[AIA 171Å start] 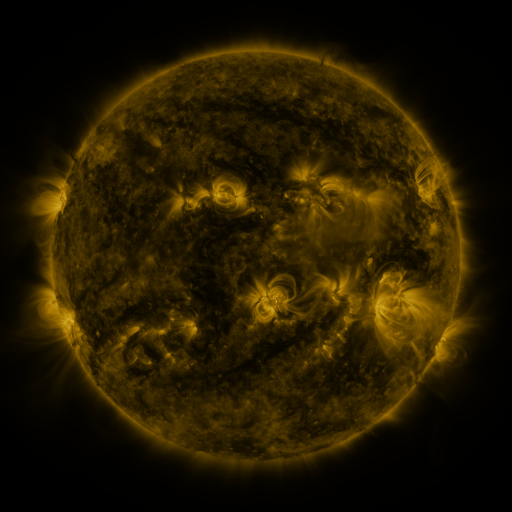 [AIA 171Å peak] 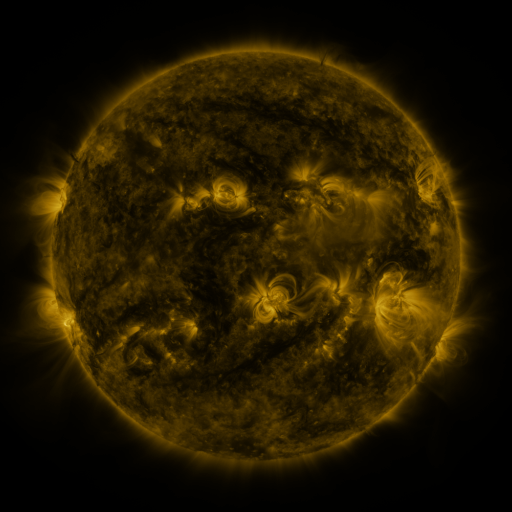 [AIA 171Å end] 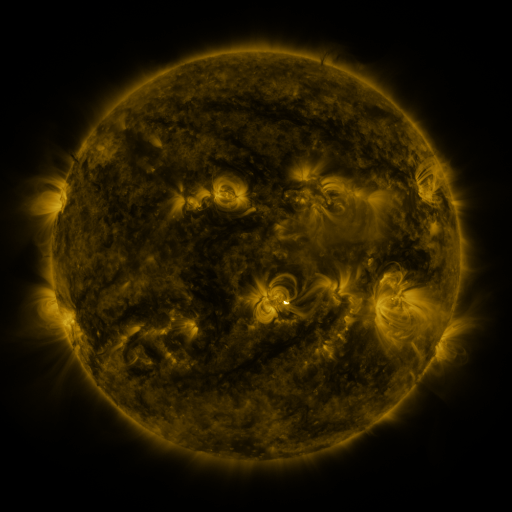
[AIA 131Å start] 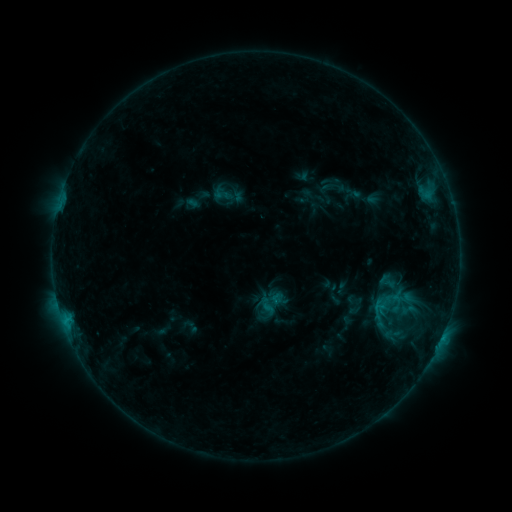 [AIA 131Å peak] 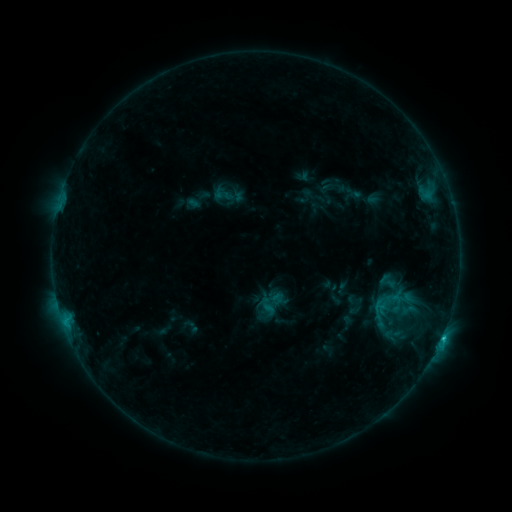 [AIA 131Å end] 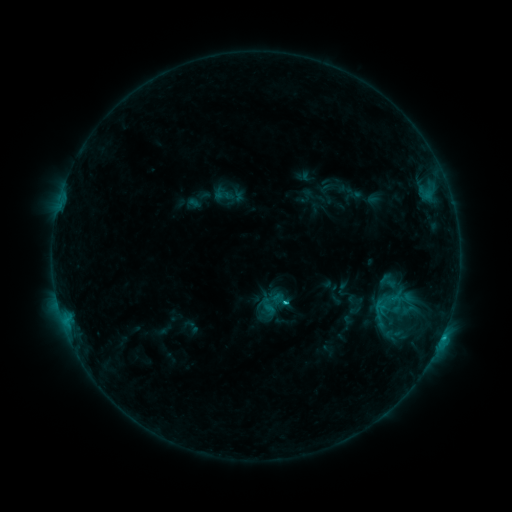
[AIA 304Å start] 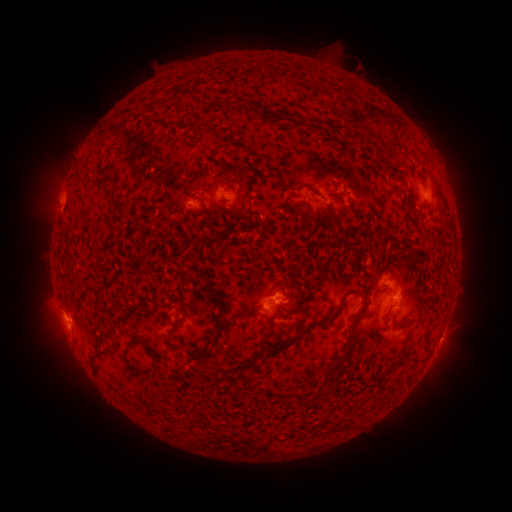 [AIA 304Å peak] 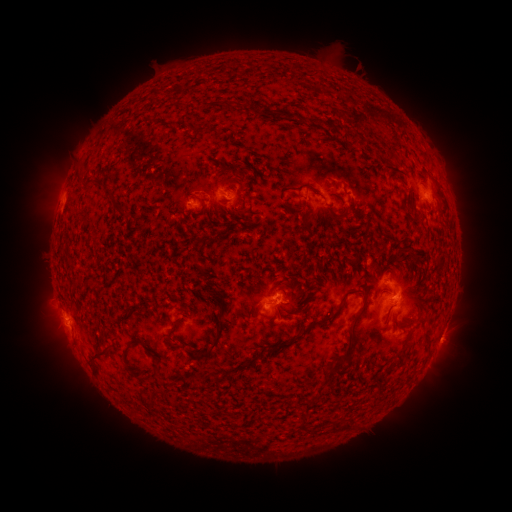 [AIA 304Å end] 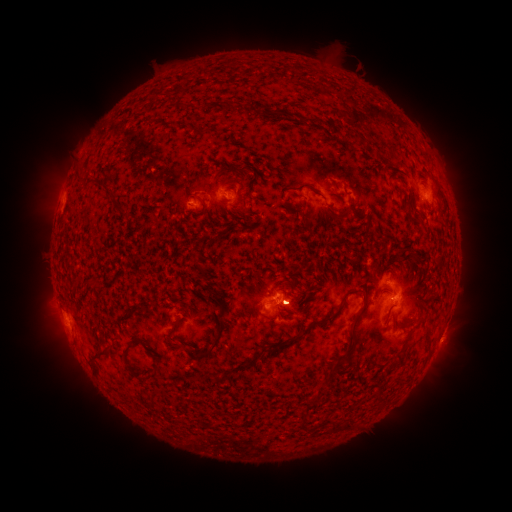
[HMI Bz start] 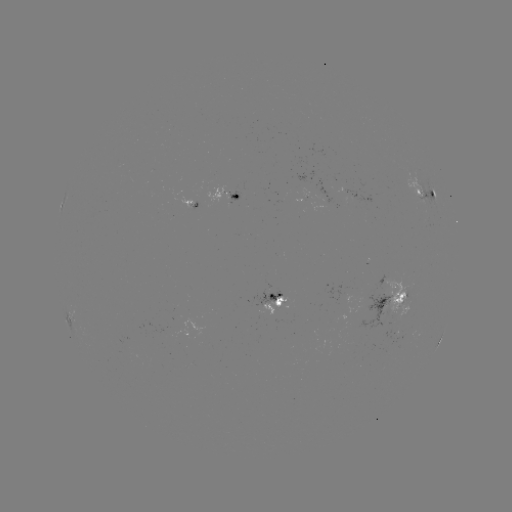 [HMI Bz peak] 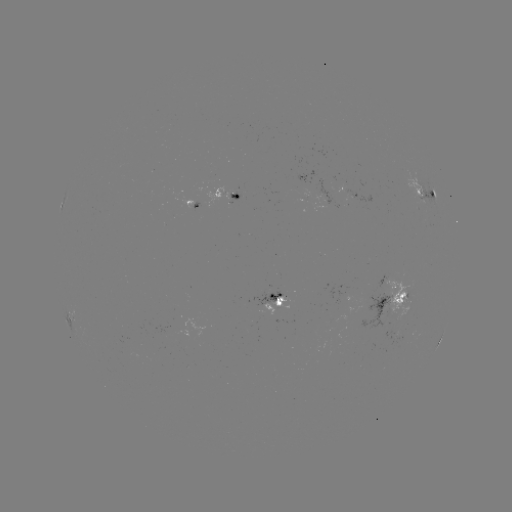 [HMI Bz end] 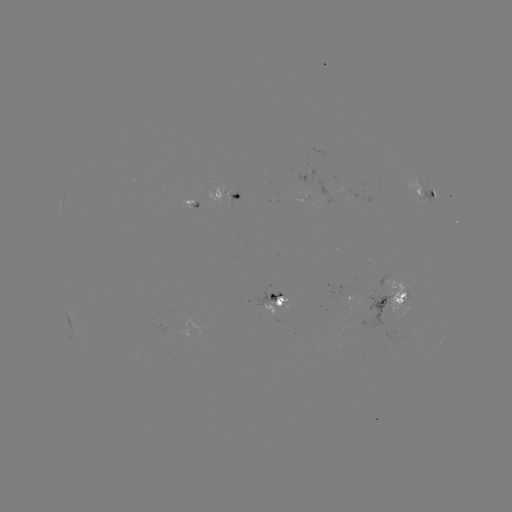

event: flare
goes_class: C1.1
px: (442, 334)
